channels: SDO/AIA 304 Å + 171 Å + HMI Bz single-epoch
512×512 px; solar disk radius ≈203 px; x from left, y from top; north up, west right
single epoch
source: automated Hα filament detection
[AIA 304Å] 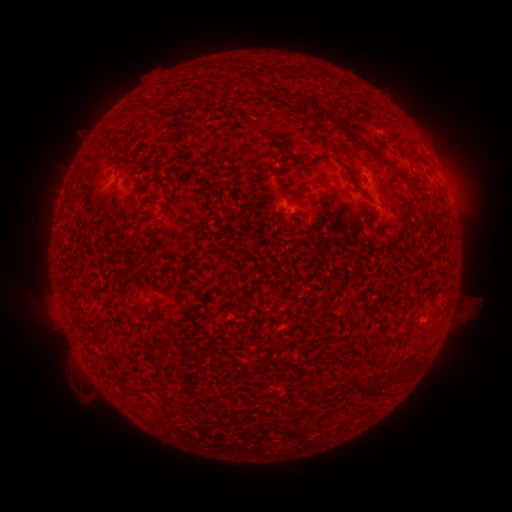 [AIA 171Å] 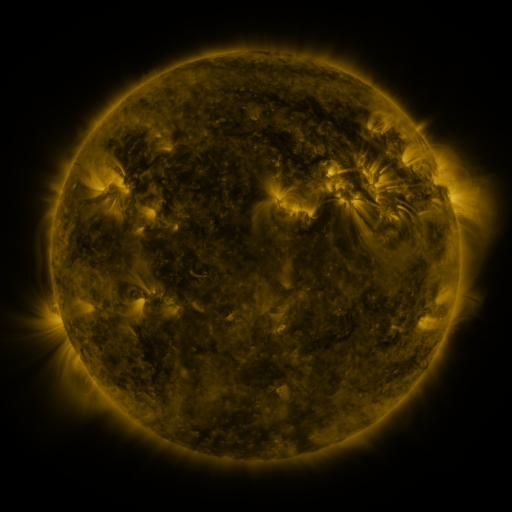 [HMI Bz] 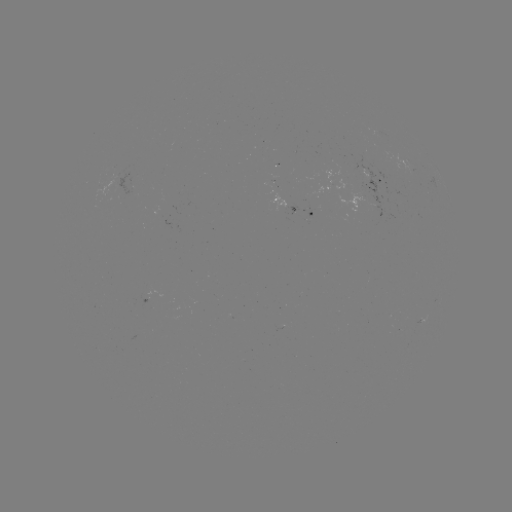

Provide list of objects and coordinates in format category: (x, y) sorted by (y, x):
filament: (304, 102)
filament: (295, 158)
filament: (380, 158)
filament: (353, 178)
filament: (117, 182)
filament: (409, 184)
filament: (303, 222)
filament: (156, 308)
filament: (385, 341)
filament: (321, 345)
filament: (414, 366)
filament: (356, 390)
filament: (304, 391)
